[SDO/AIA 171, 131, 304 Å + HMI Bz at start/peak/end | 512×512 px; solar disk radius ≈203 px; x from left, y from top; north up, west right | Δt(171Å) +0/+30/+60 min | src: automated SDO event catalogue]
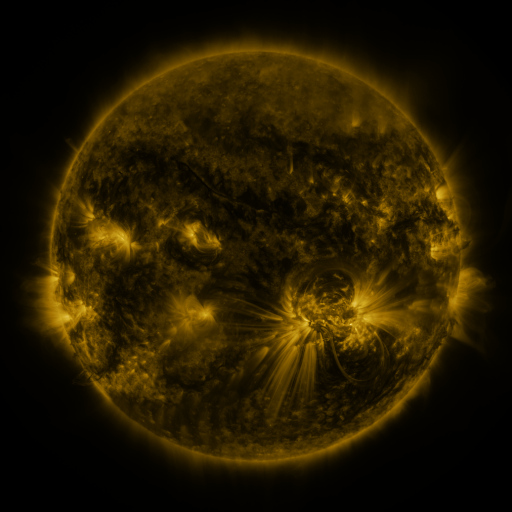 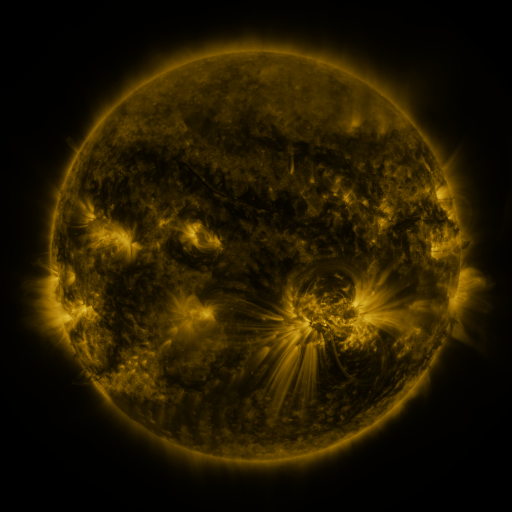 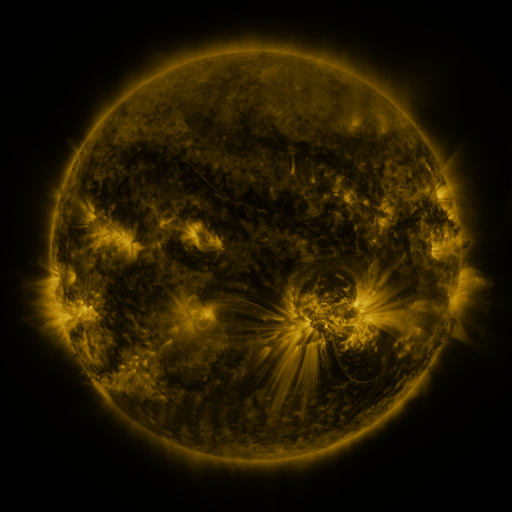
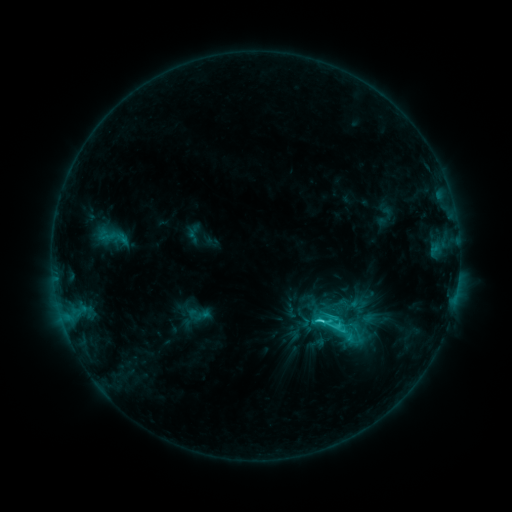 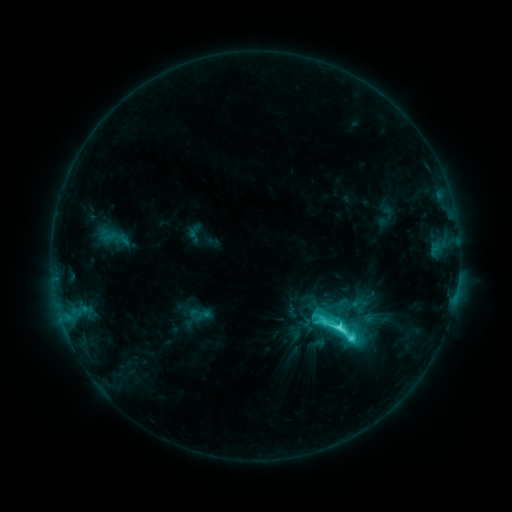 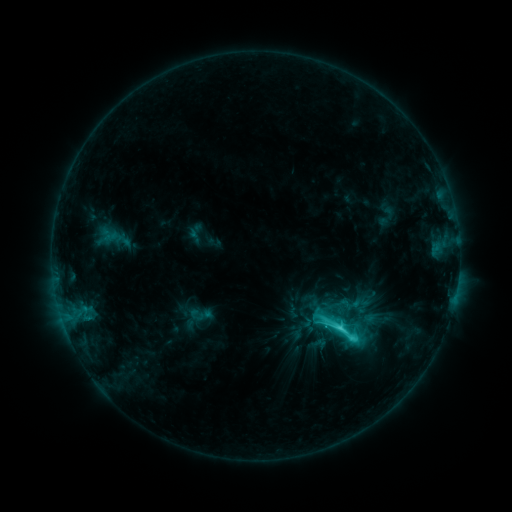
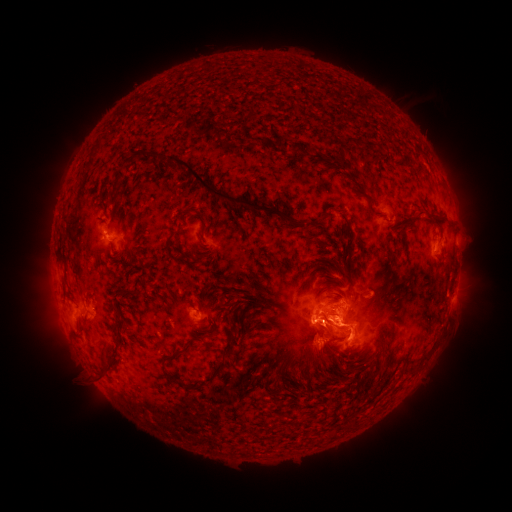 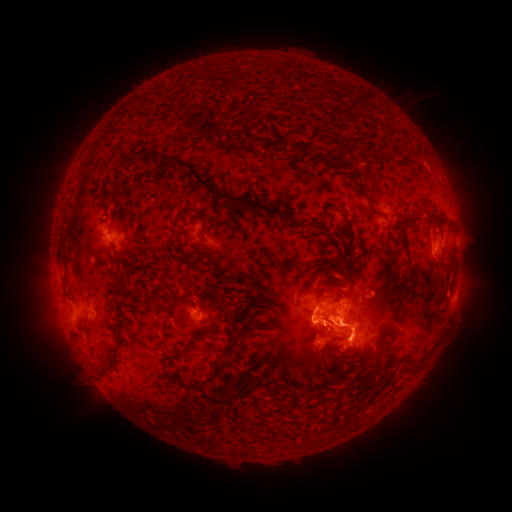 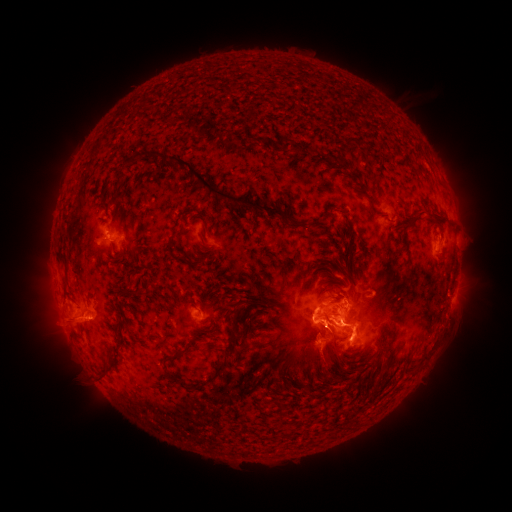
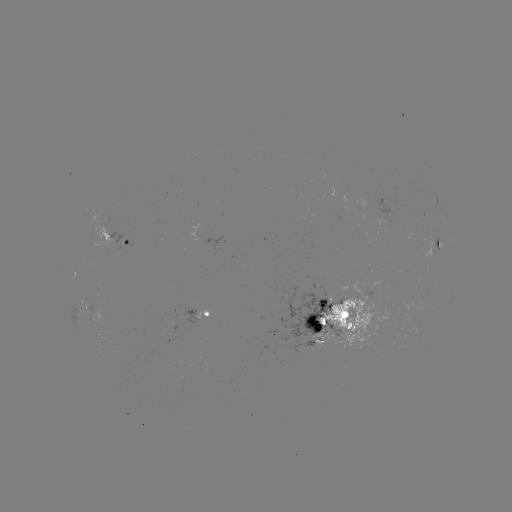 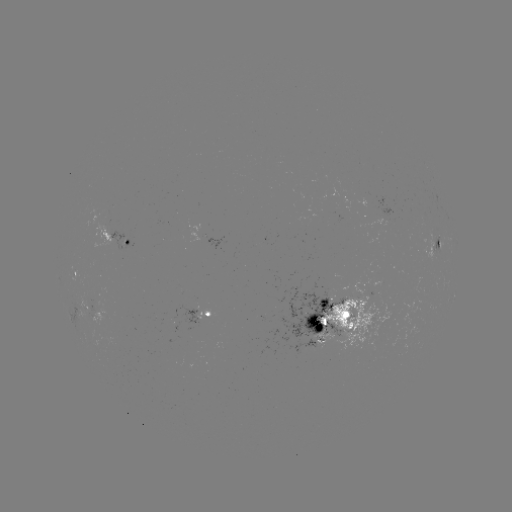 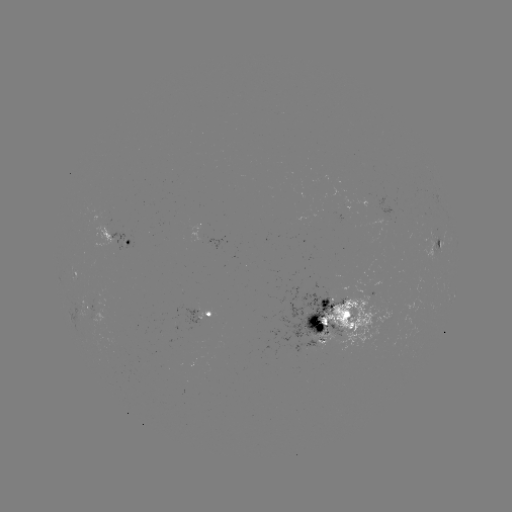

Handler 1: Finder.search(C9.2 flare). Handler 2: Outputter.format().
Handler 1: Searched C9.2 flare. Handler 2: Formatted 338,327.